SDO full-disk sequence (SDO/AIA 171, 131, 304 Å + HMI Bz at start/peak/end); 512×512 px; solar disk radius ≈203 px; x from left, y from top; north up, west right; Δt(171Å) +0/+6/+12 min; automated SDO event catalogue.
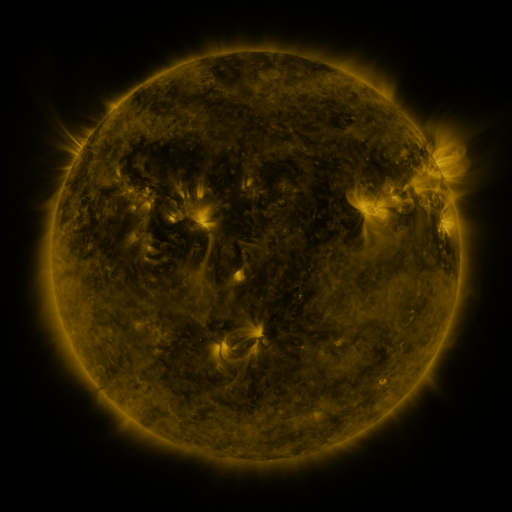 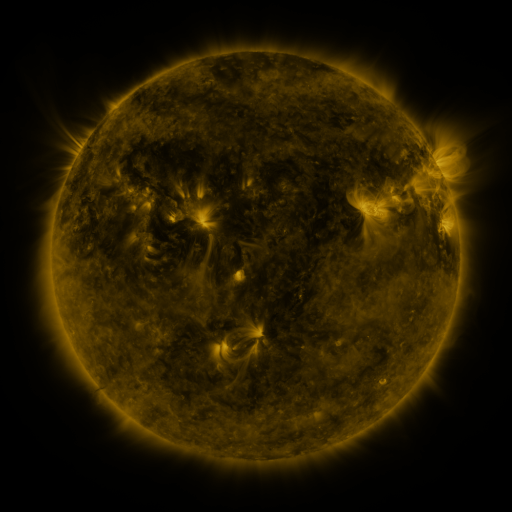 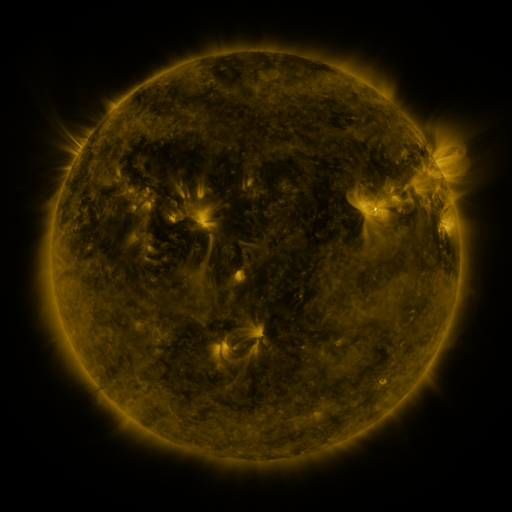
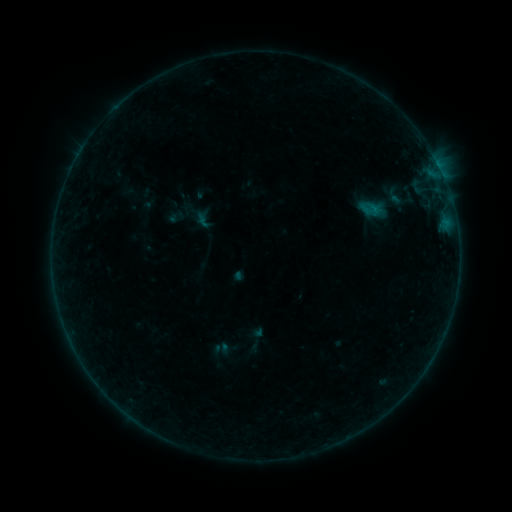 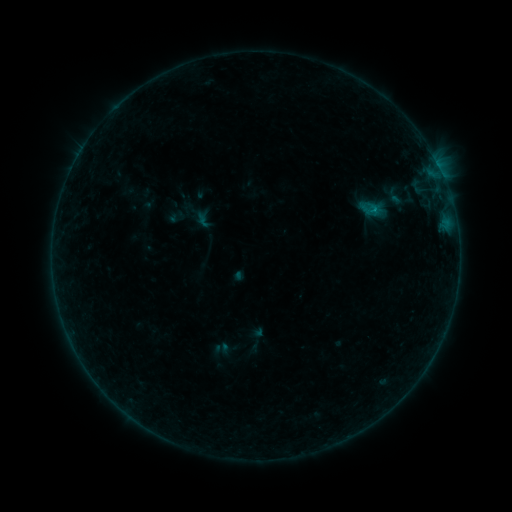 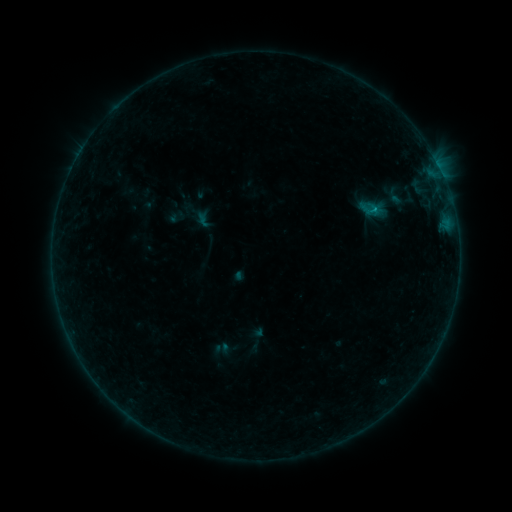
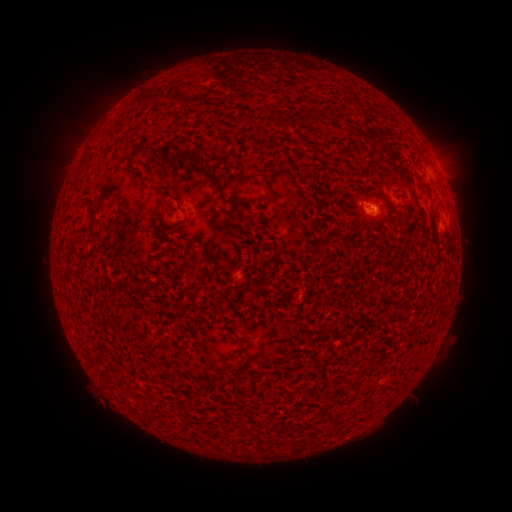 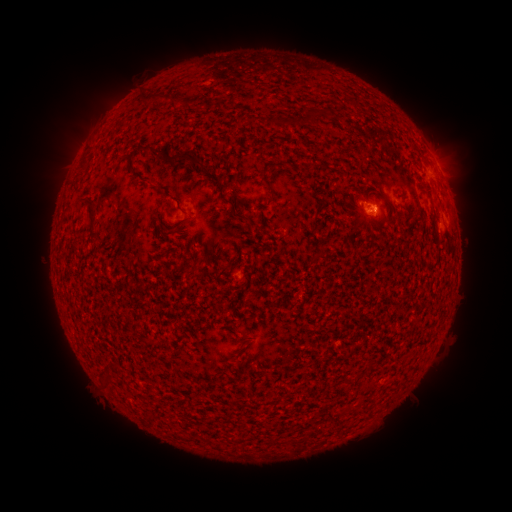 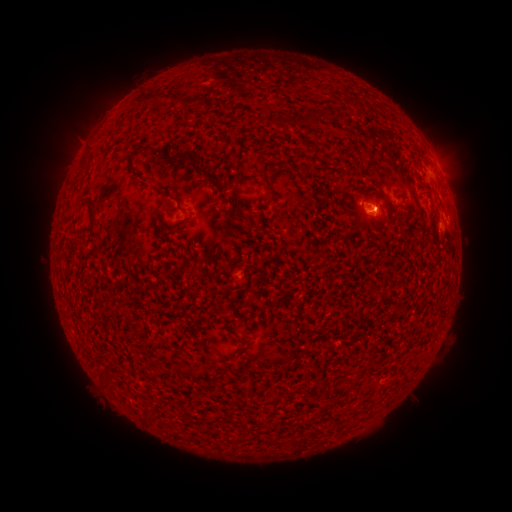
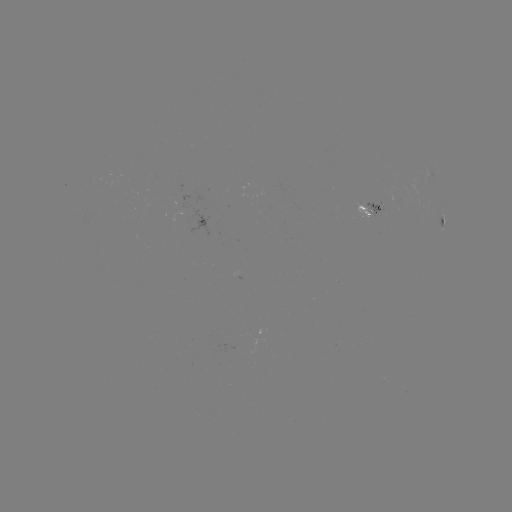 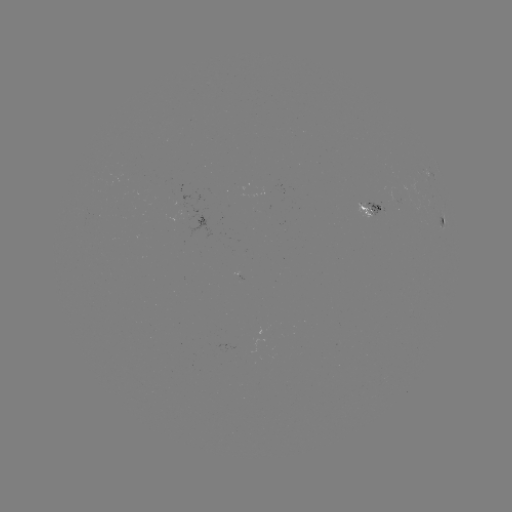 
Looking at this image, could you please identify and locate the B3.1 flare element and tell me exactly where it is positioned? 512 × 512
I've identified B3.1 flare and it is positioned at [375, 212].